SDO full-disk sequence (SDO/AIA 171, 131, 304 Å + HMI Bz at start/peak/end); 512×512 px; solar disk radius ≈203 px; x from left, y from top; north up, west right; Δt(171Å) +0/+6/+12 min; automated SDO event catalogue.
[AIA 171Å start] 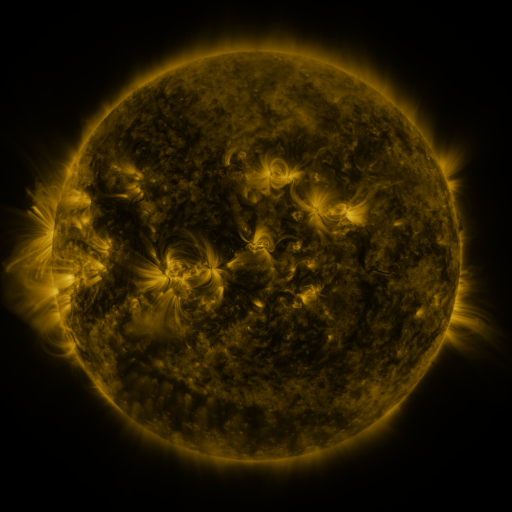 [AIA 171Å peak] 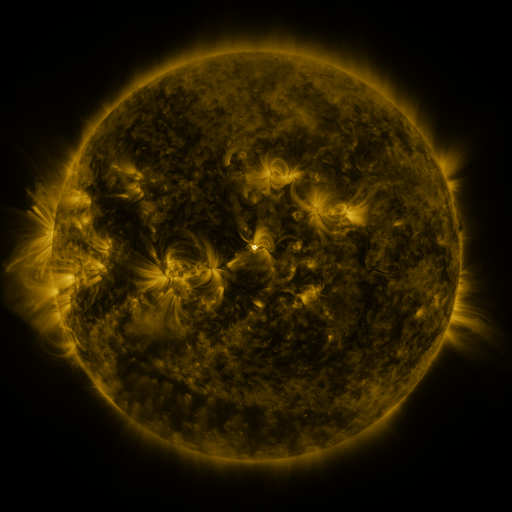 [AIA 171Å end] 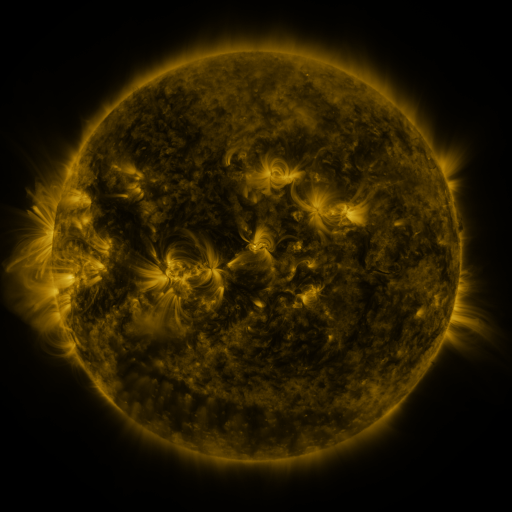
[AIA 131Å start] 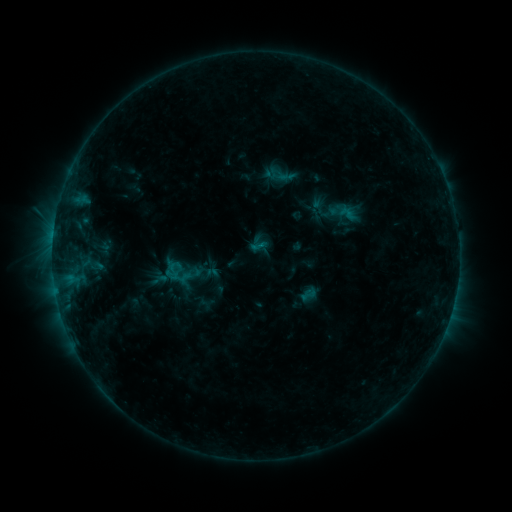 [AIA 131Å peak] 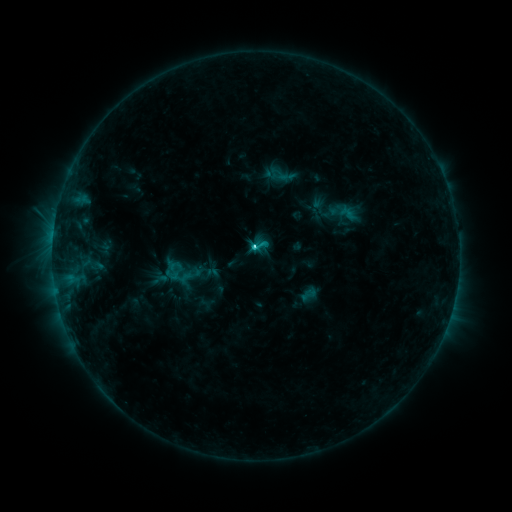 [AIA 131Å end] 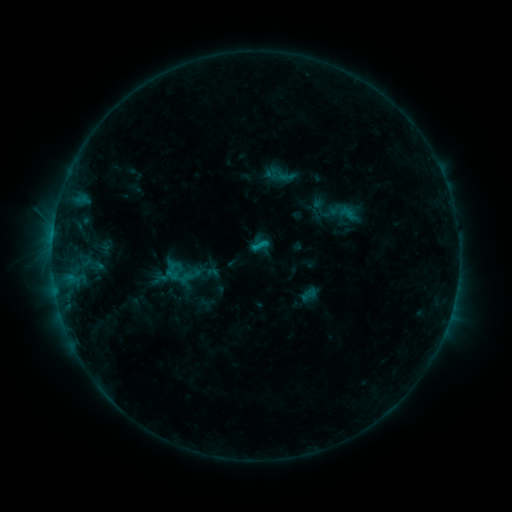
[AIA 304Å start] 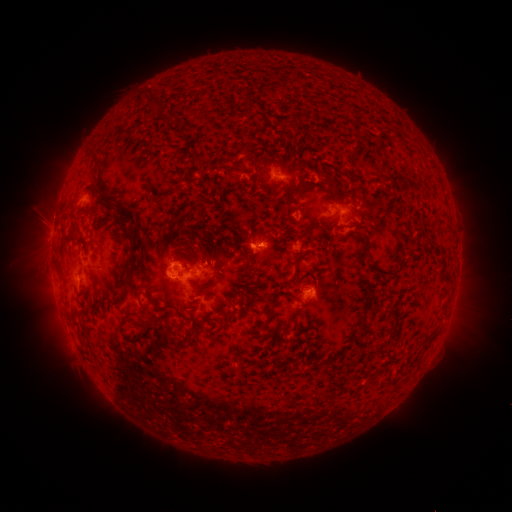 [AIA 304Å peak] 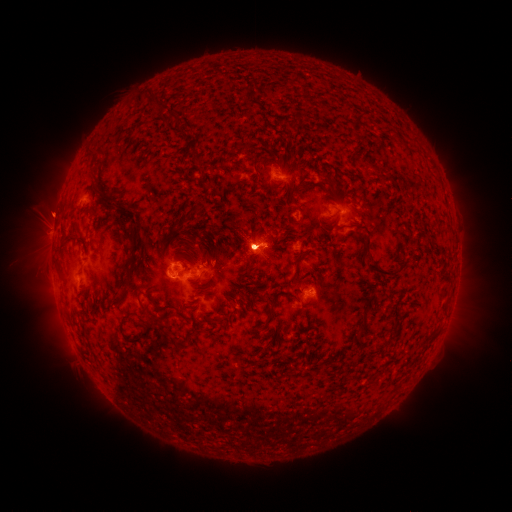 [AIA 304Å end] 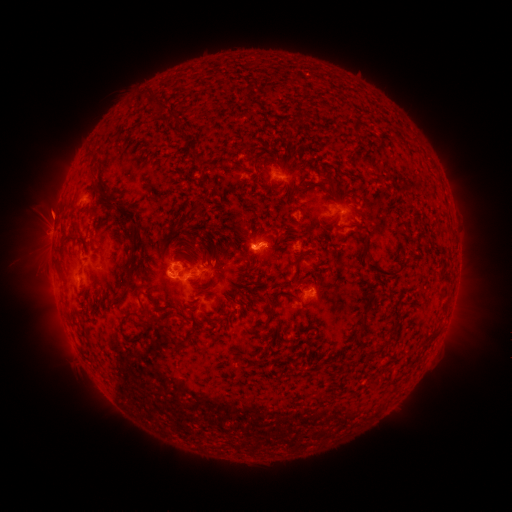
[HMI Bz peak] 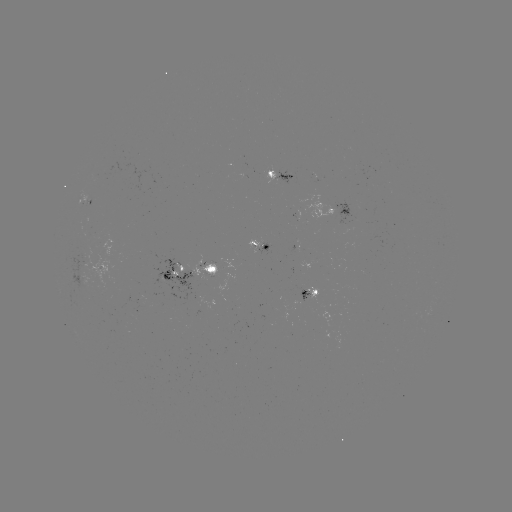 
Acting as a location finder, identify C2.4 flare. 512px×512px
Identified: (252, 246).